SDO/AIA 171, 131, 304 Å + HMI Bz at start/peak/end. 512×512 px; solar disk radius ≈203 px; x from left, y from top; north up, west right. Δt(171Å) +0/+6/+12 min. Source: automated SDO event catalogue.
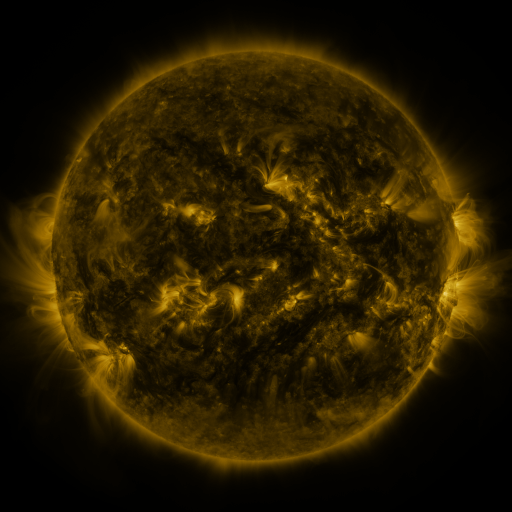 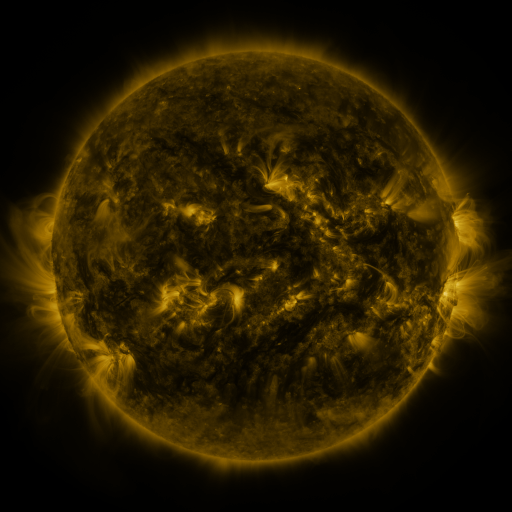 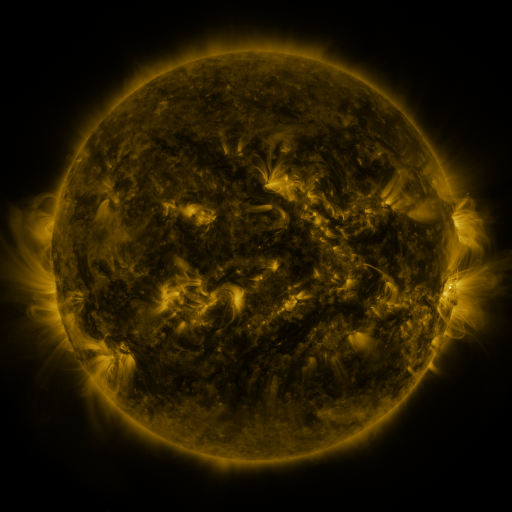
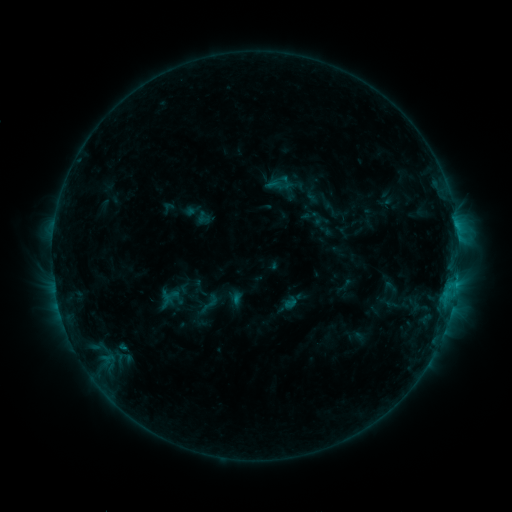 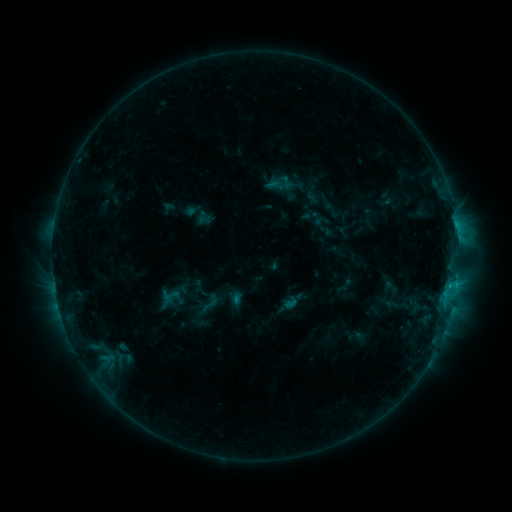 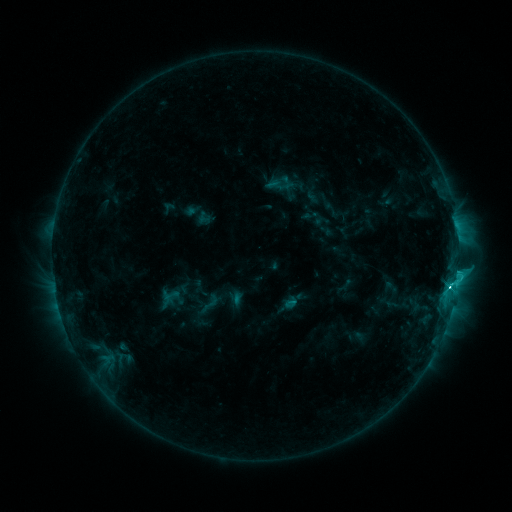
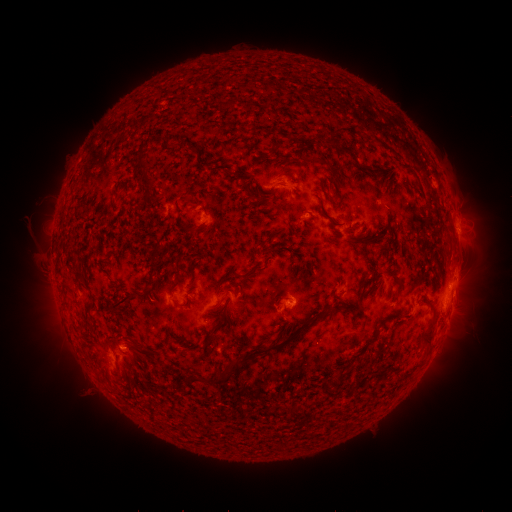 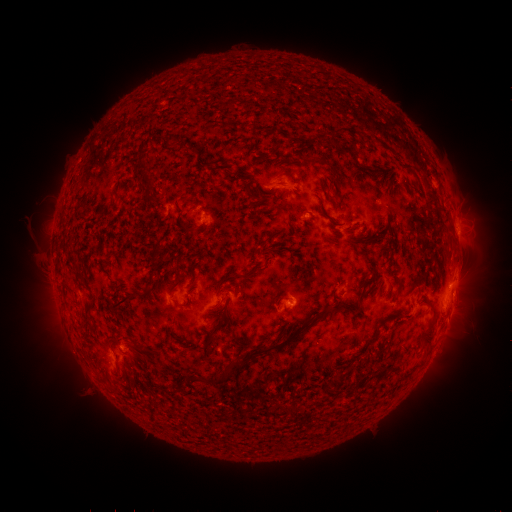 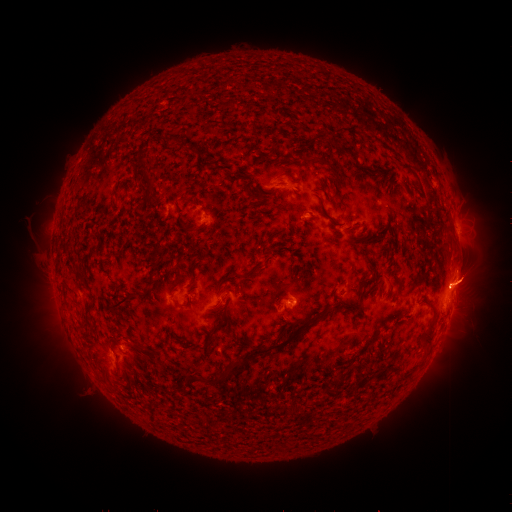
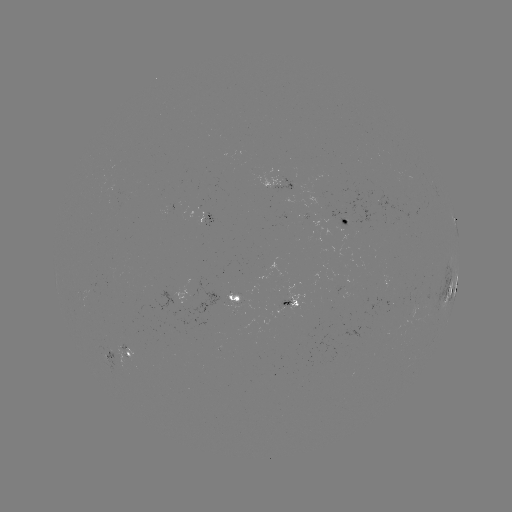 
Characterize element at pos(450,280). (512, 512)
M1.3 flare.